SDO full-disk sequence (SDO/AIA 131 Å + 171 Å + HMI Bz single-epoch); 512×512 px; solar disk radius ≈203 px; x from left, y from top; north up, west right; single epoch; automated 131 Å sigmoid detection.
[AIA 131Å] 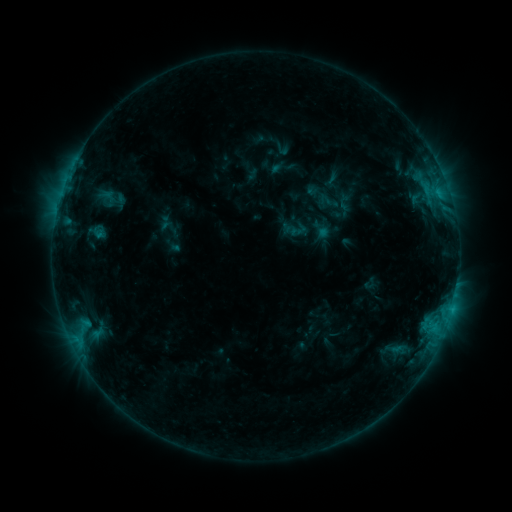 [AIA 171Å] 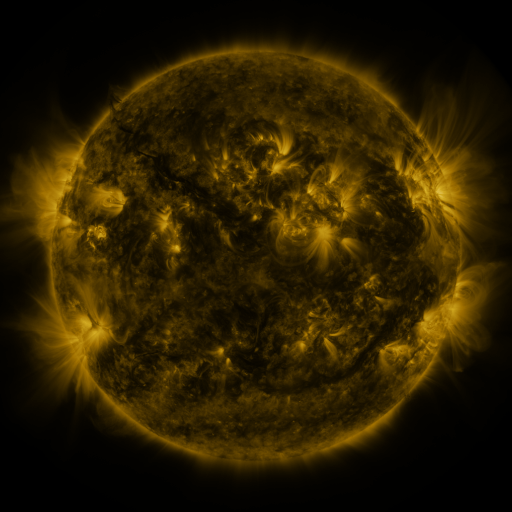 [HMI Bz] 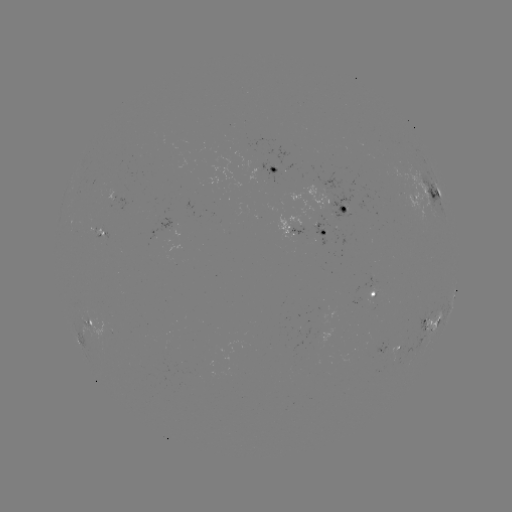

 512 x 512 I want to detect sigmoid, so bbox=[287, 220, 308, 240].